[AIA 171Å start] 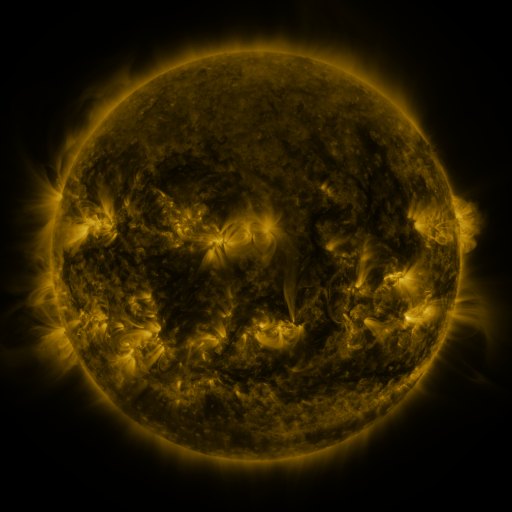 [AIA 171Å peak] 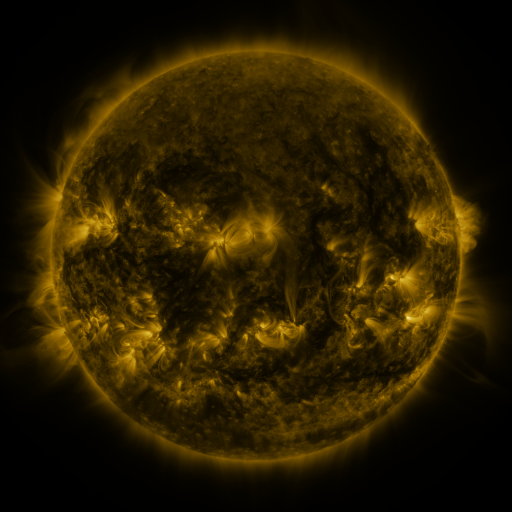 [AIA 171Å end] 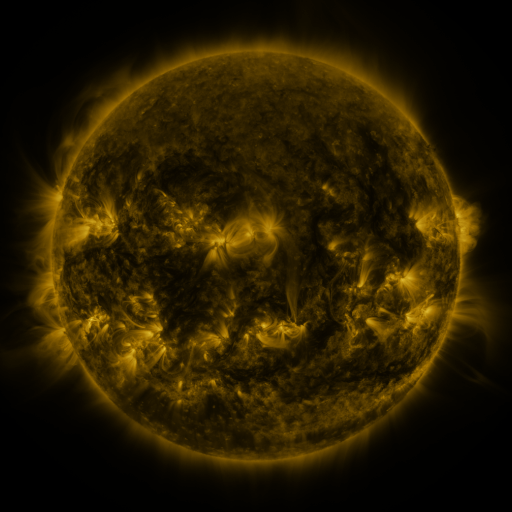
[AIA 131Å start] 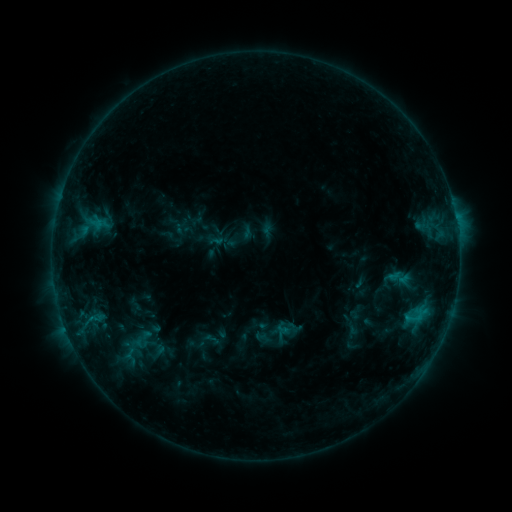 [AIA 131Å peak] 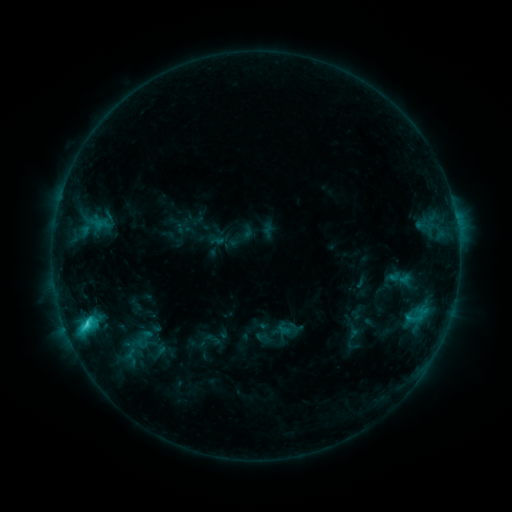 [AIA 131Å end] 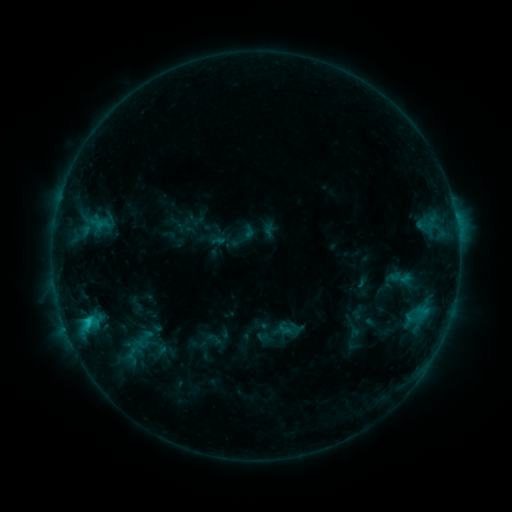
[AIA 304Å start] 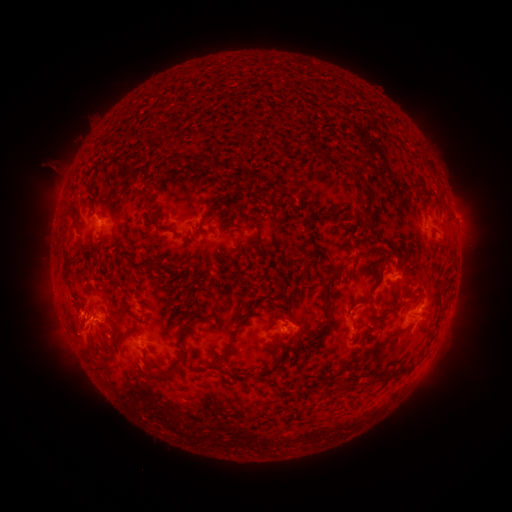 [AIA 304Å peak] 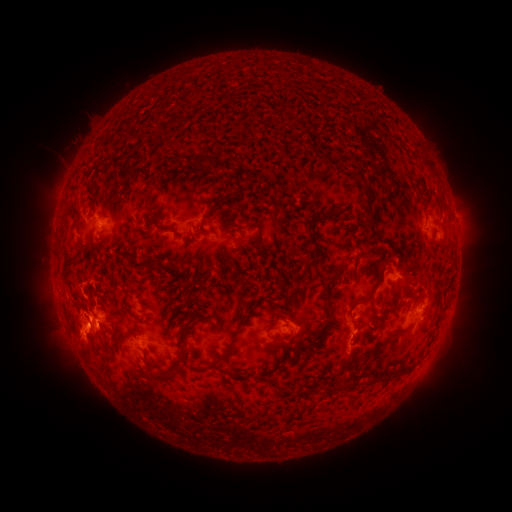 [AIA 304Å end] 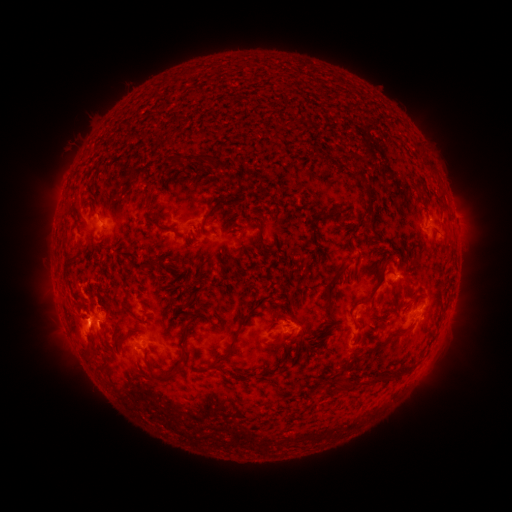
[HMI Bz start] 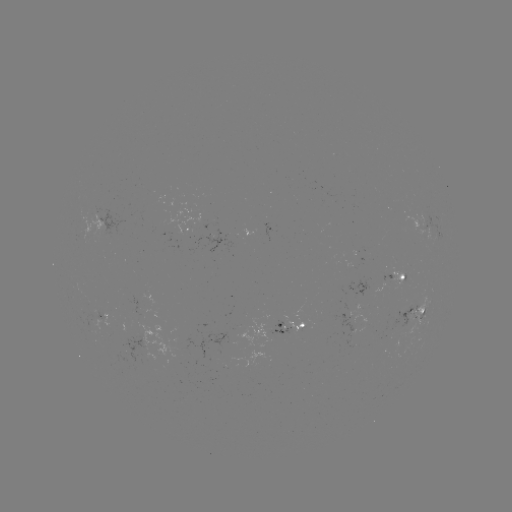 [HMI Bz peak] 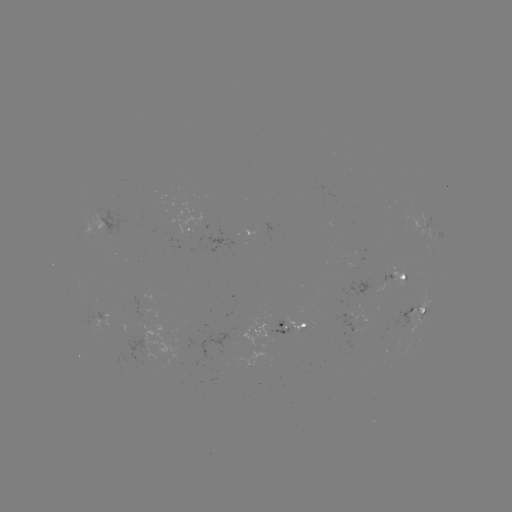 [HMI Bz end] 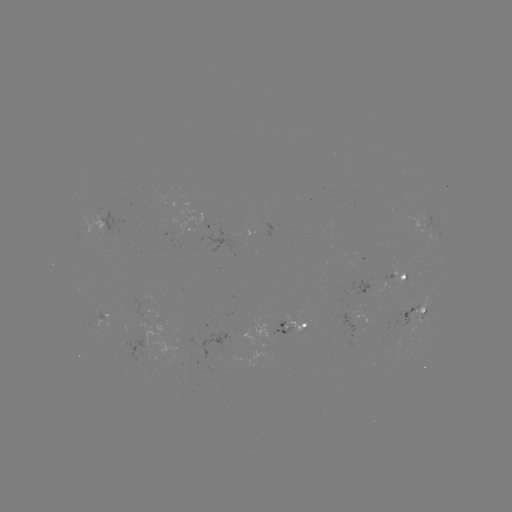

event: flare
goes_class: C3.0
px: (86, 322)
